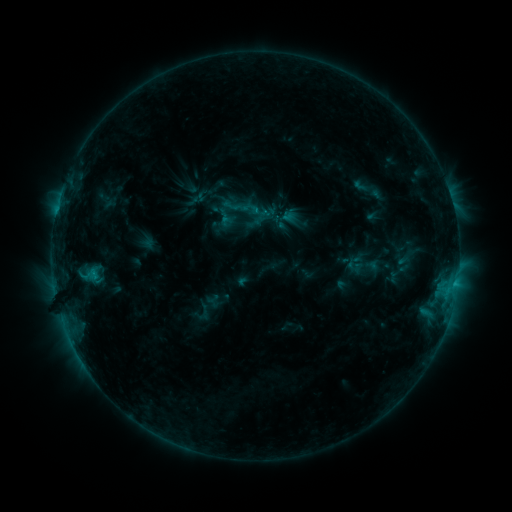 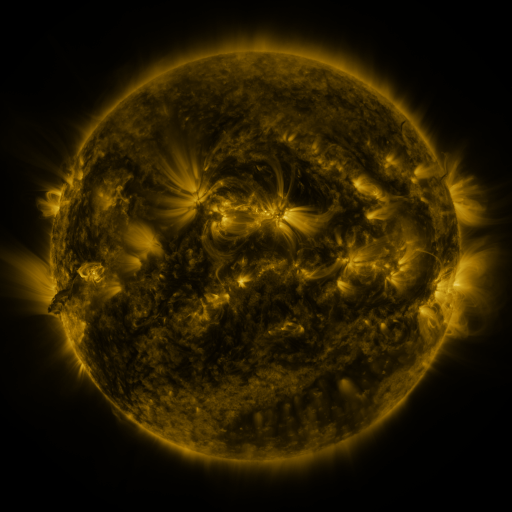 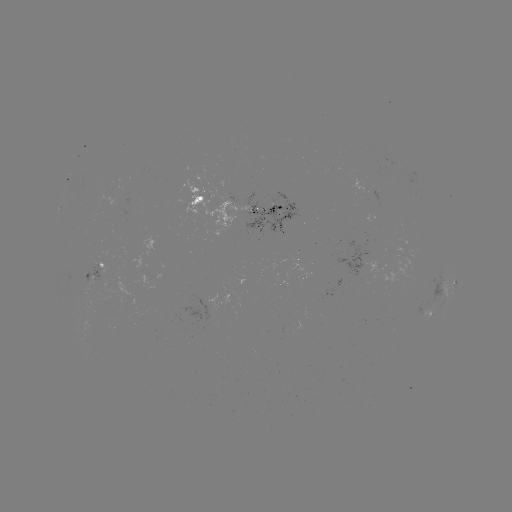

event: sigmoid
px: (247, 205)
